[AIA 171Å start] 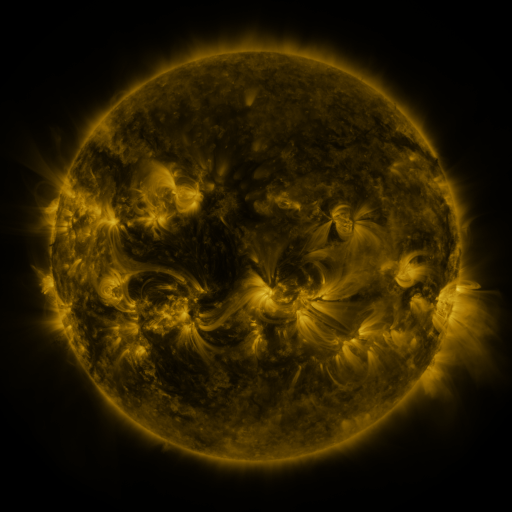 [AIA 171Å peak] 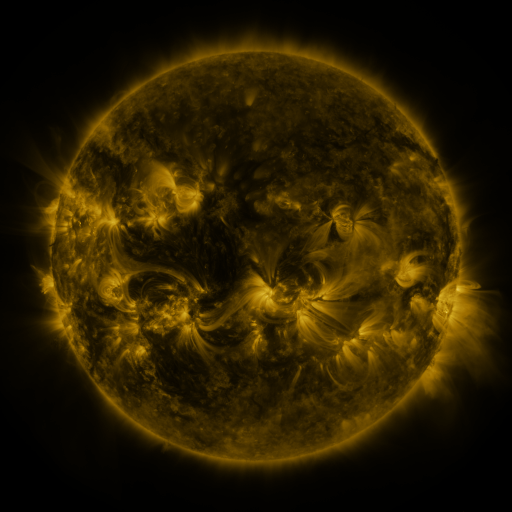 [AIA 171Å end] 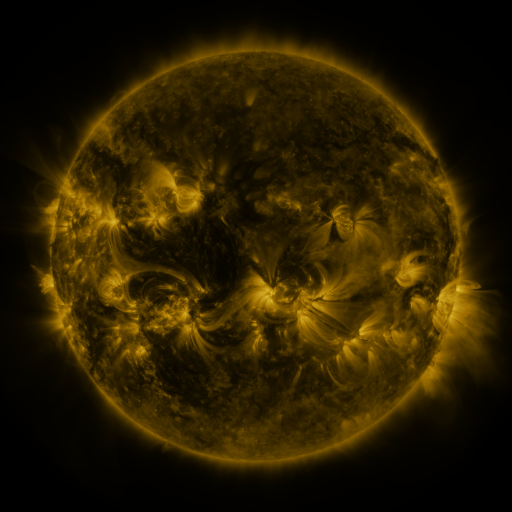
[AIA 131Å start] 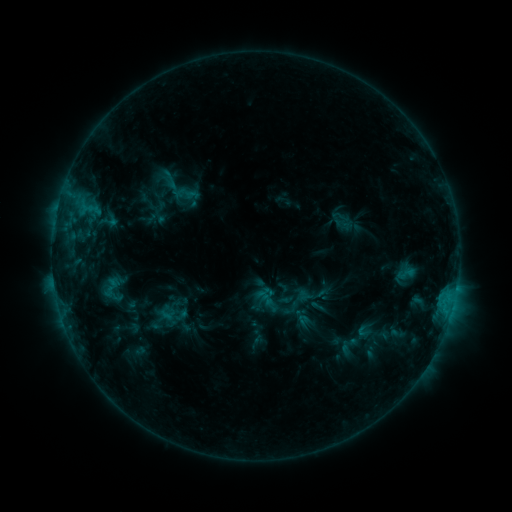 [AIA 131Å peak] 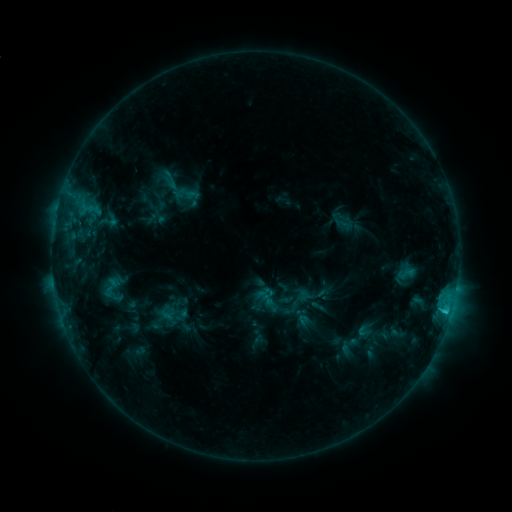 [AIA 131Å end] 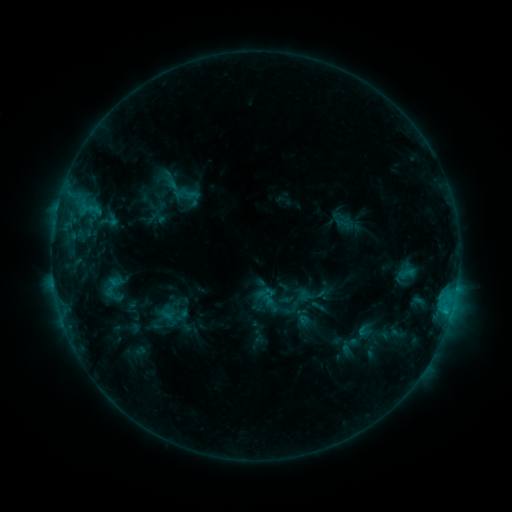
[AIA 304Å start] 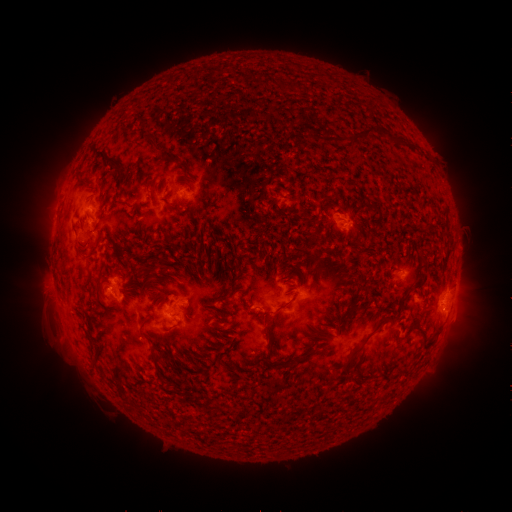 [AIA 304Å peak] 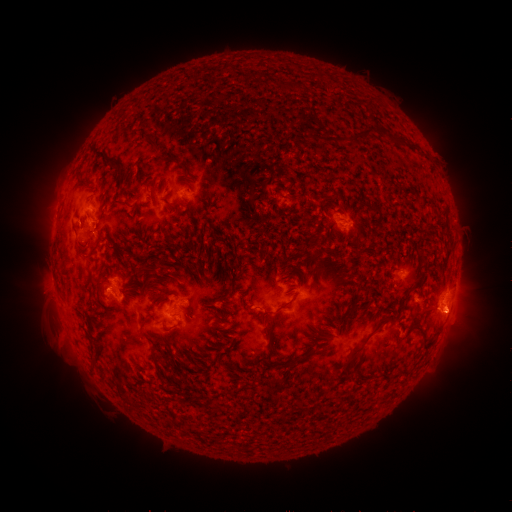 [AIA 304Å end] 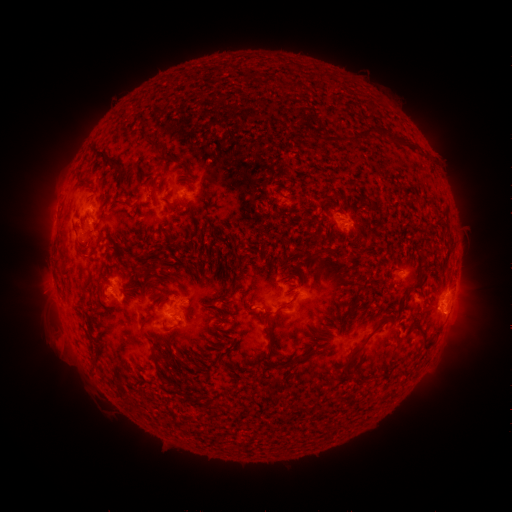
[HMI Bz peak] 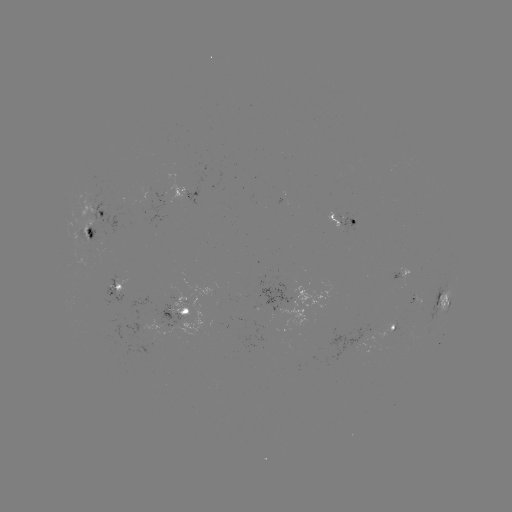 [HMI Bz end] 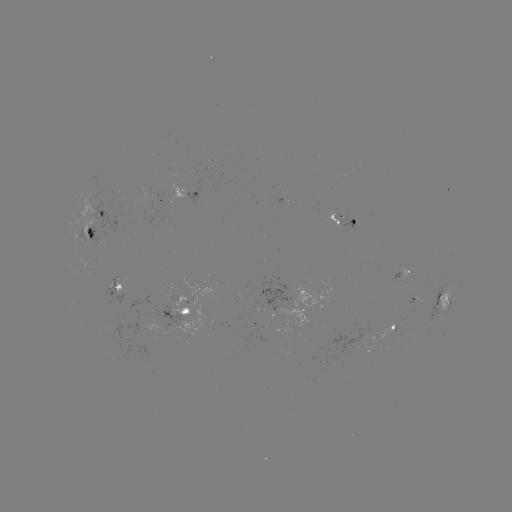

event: flare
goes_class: C1.2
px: (445, 308)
